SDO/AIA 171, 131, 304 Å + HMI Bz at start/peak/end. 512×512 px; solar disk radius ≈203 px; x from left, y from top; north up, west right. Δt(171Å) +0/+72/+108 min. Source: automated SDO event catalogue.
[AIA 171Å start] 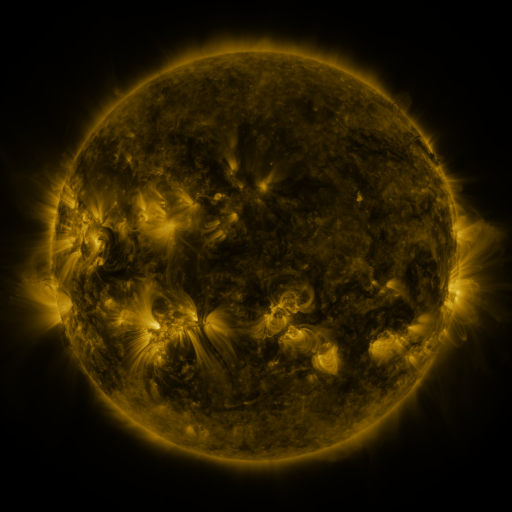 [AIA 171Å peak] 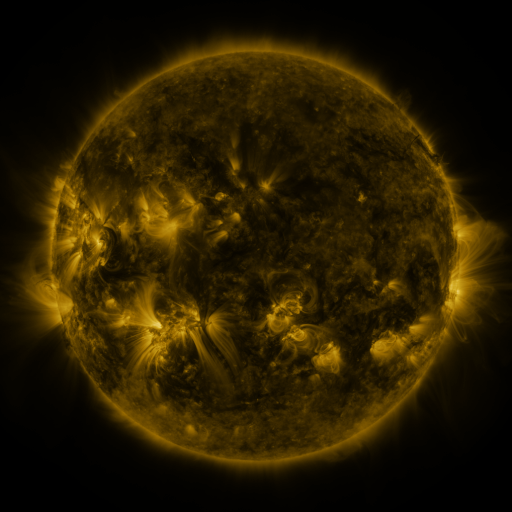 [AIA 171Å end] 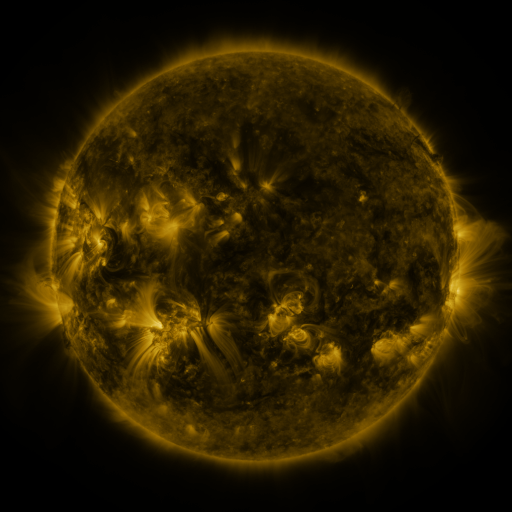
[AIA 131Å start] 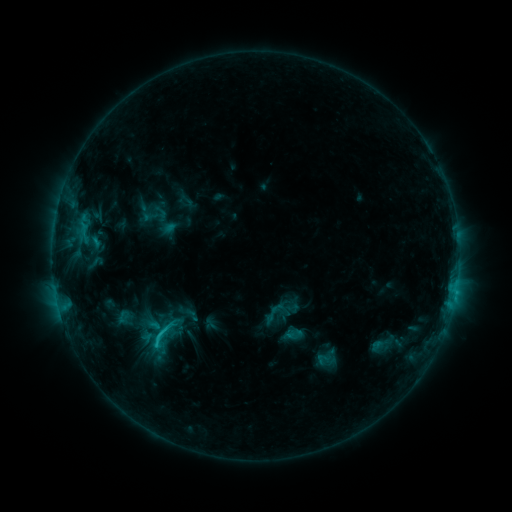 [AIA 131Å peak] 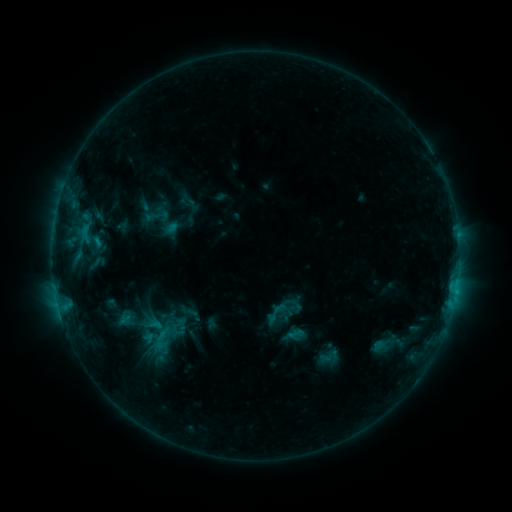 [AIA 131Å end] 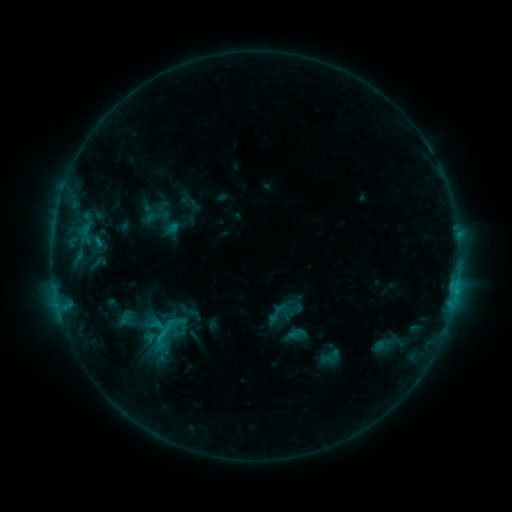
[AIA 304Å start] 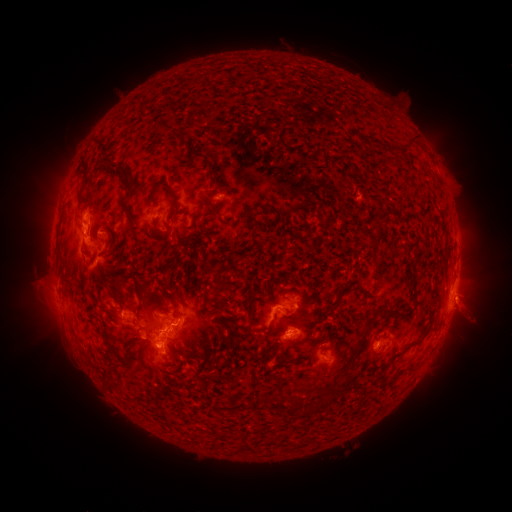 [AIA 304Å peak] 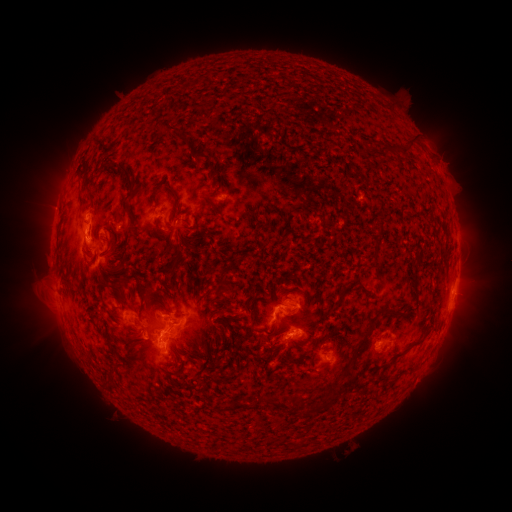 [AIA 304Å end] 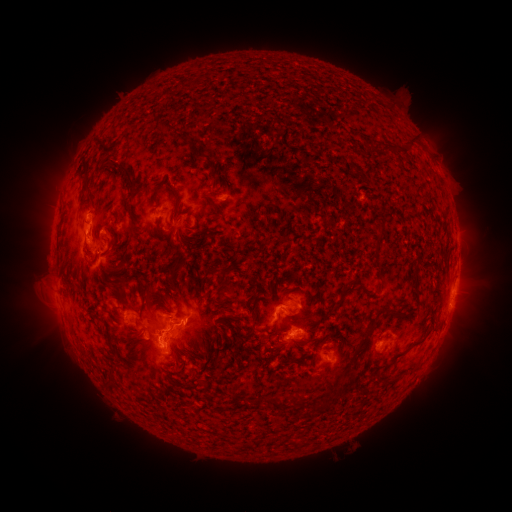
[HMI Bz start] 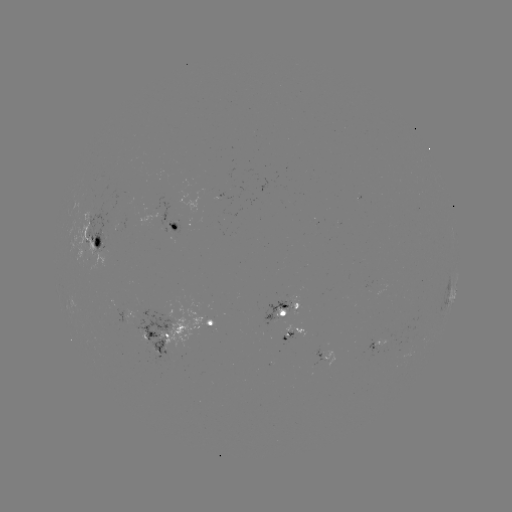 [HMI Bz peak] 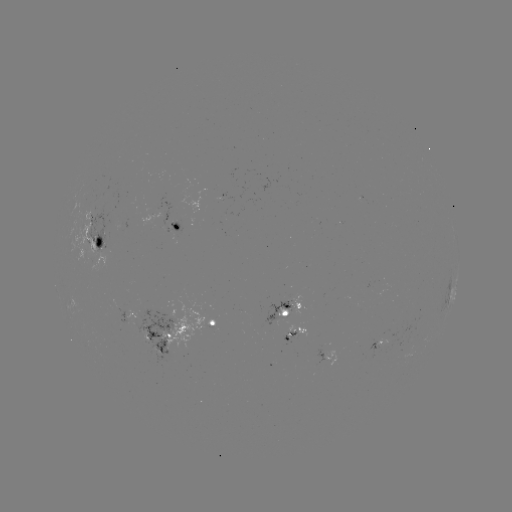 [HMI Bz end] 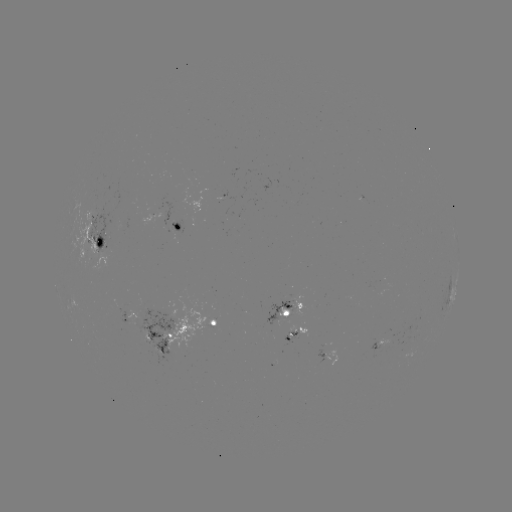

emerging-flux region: <bbox>312, 349, 326, 367</bbox>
